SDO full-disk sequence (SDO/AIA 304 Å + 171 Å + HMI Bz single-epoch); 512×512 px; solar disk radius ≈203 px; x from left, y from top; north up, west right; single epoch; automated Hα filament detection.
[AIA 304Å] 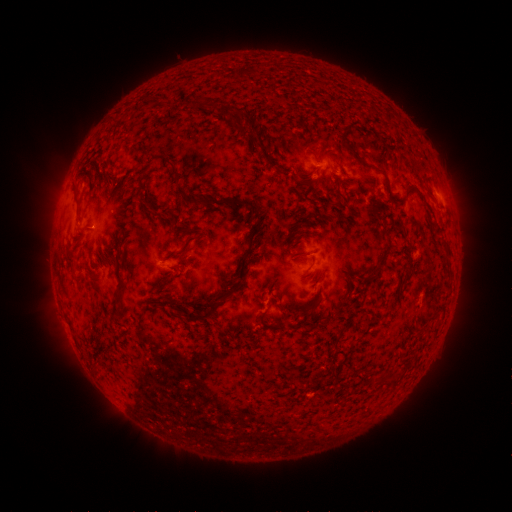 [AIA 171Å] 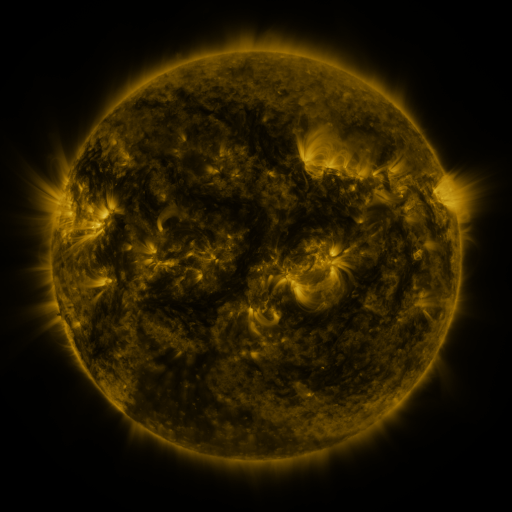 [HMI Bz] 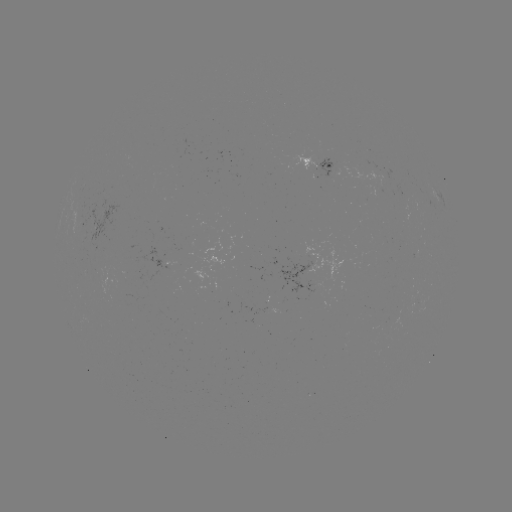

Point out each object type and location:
filament: (145, 99, 156, 108)
filament: (187, 101, 200, 112)
filament: (207, 102, 221, 115)
filament: (228, 107, 243, 128)
filament: (249, 137, 261, 150)
filament: (345, 143, 386, 176)
filament: (163, 159, 179, 187)
filament: (71, 183, 77, 198)
filament: (335, 190, 344, 201)
filament: (223, 198, 262, 294)
filament: (364, 228, 391, 284)
filament: (440, 236, 450, 248)
filament: (70, 266, 79, 279)
filament: (116, 267, 130, 306)
filament: (178, 304, 219, 325)
filament: (259, 306, 270, 321)
